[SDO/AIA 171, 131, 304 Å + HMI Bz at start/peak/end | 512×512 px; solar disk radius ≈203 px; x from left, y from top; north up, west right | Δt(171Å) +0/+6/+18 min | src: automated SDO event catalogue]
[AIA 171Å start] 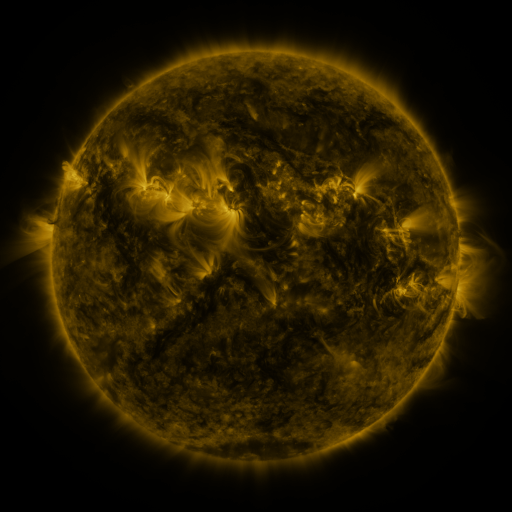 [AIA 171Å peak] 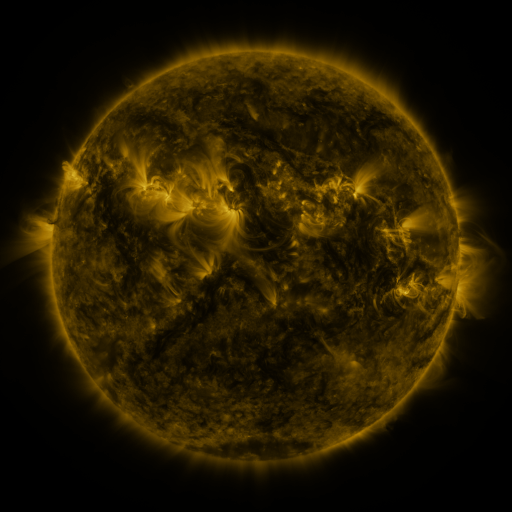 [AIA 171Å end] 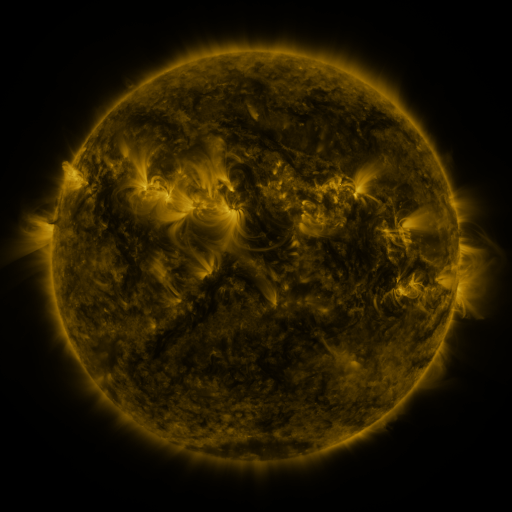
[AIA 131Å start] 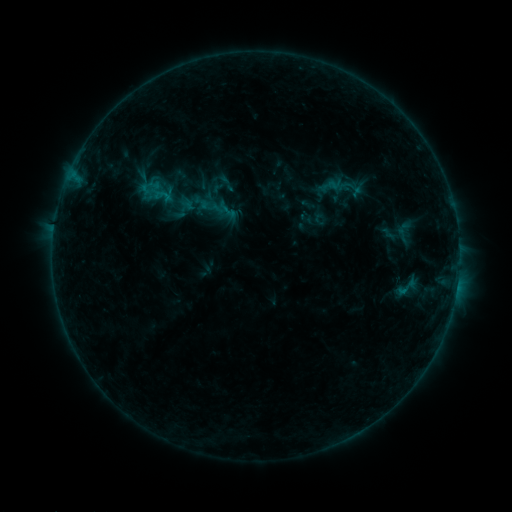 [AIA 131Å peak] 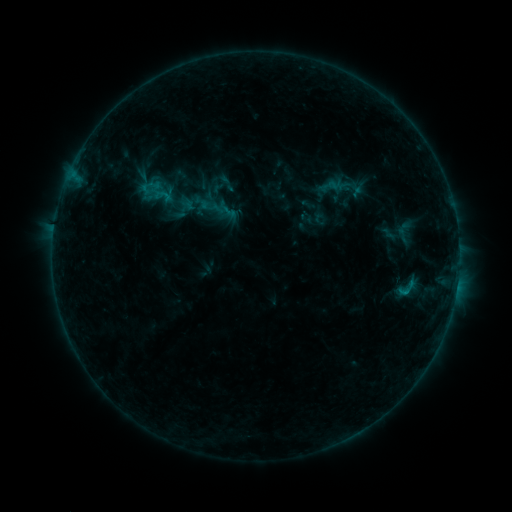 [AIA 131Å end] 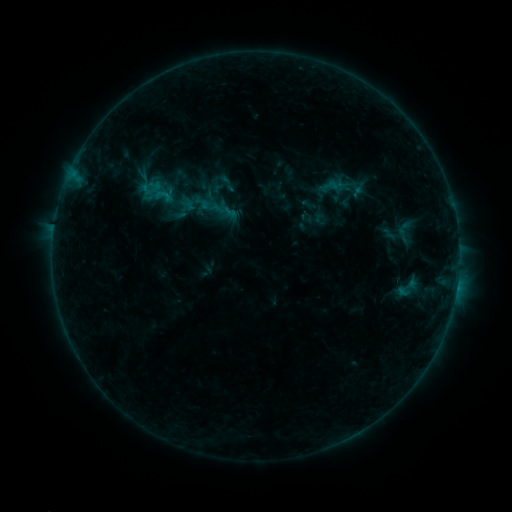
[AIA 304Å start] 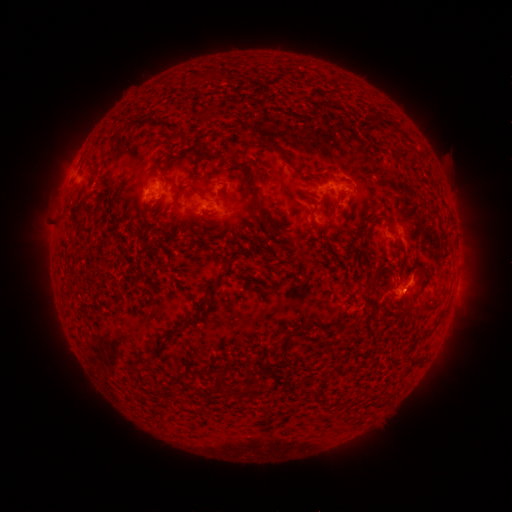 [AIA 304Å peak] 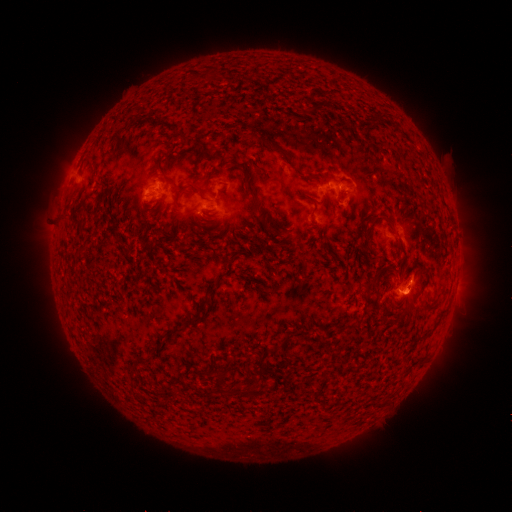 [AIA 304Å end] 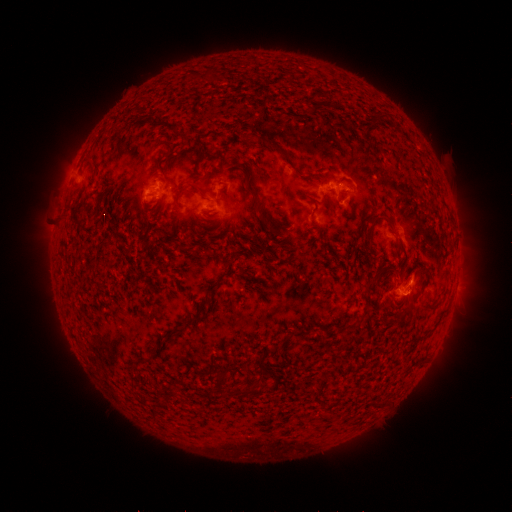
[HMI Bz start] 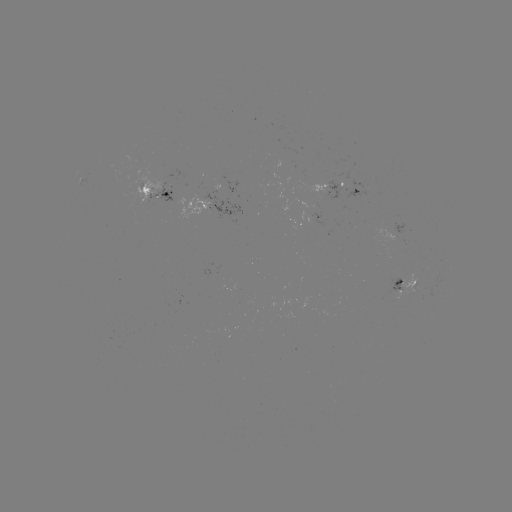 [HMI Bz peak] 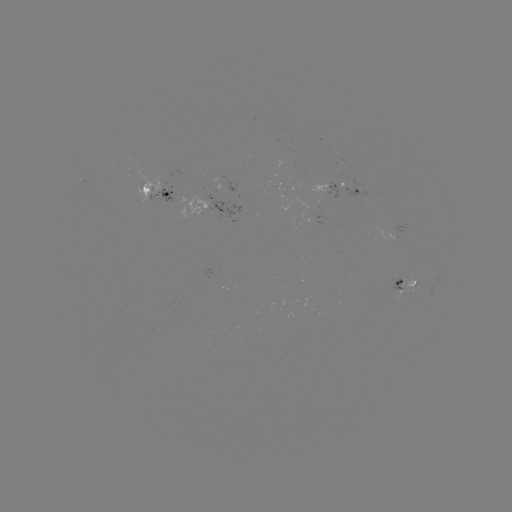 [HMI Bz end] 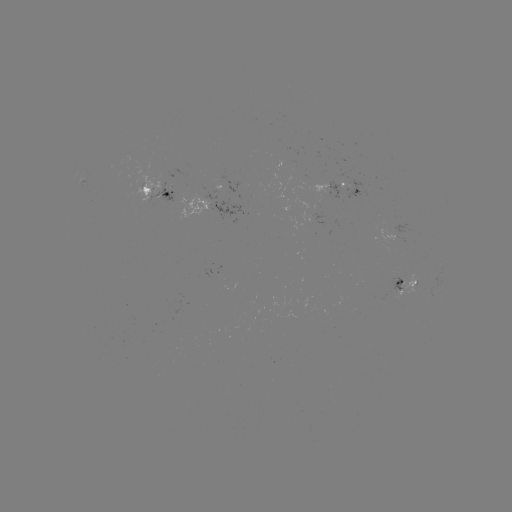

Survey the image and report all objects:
B5.6 flare: (410, 283)
